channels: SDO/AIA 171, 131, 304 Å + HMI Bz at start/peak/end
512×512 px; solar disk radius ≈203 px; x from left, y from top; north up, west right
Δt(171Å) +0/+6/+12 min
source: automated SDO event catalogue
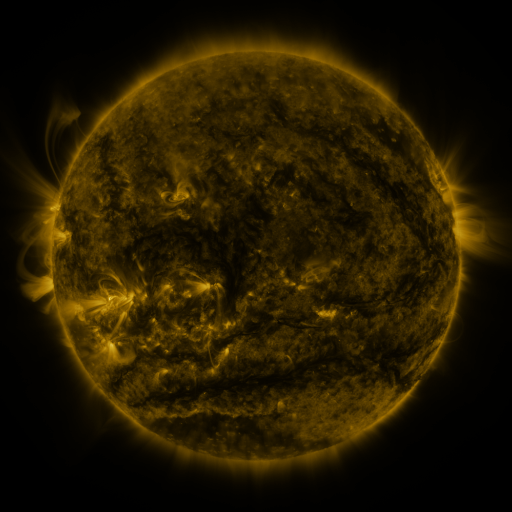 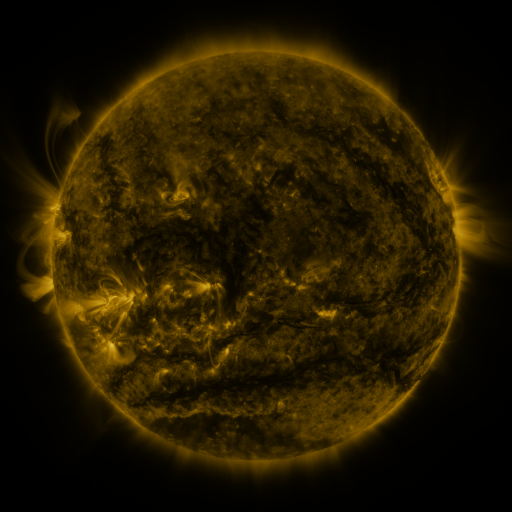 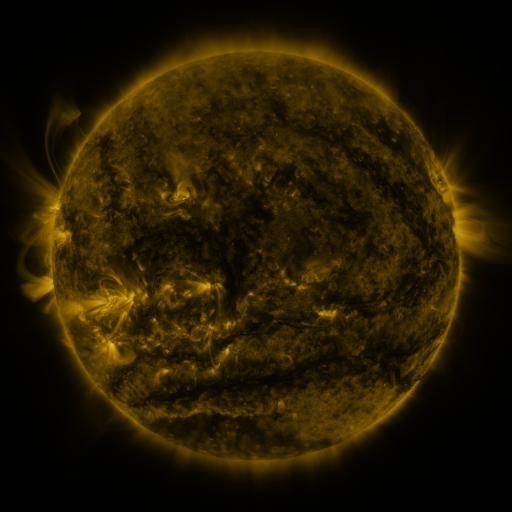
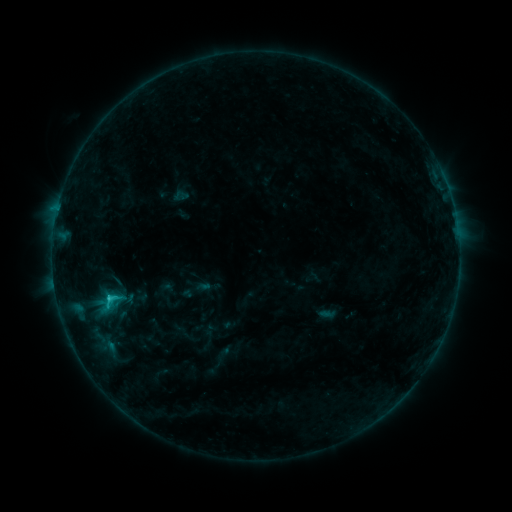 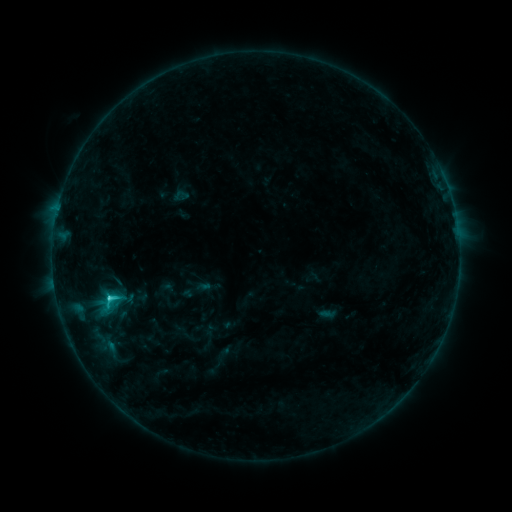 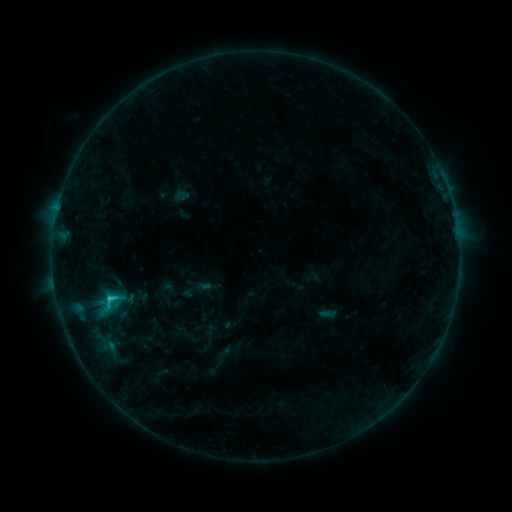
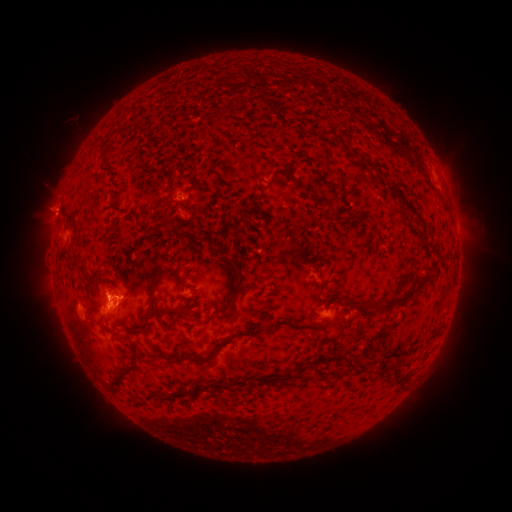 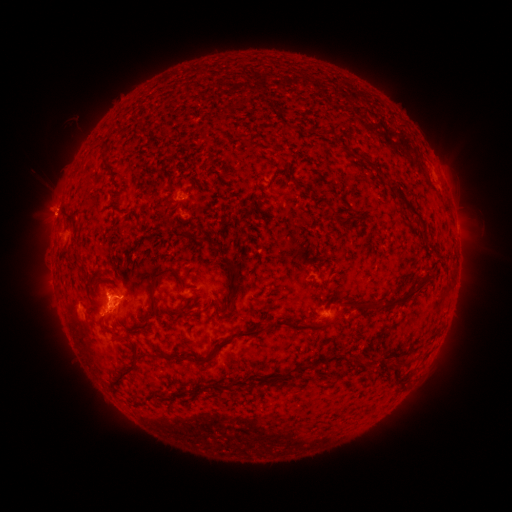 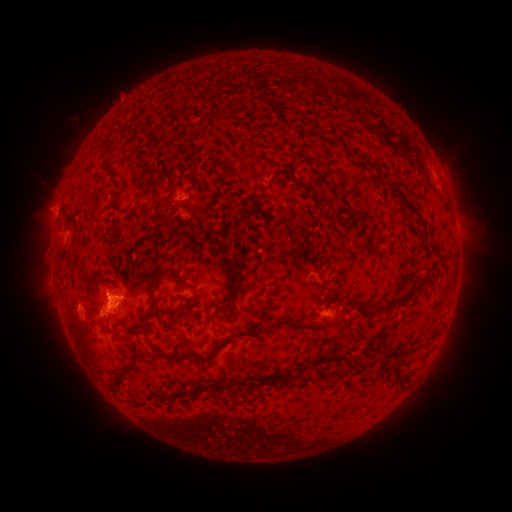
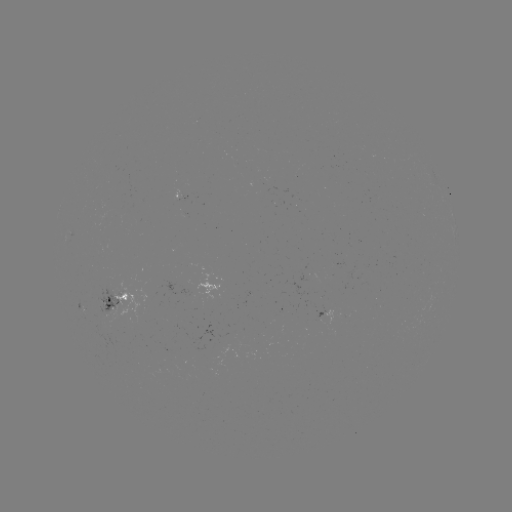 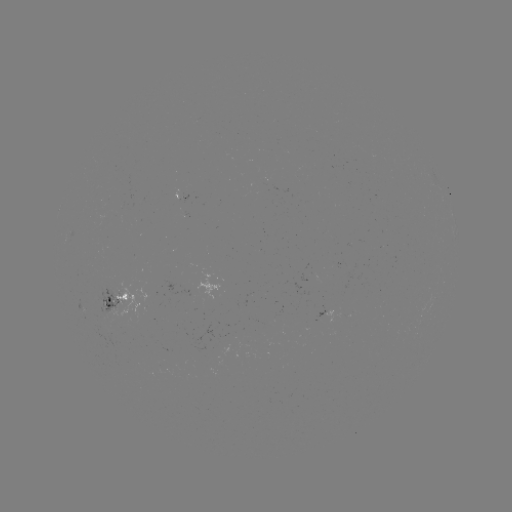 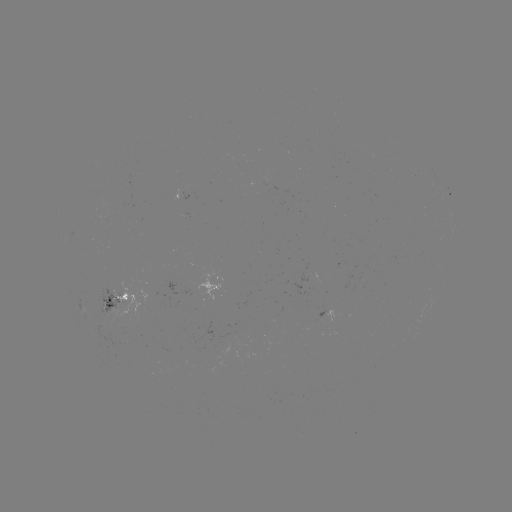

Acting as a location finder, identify C1.8 flare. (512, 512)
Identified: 111,295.